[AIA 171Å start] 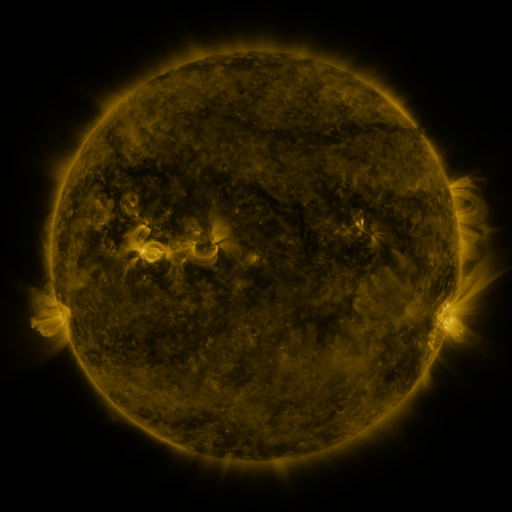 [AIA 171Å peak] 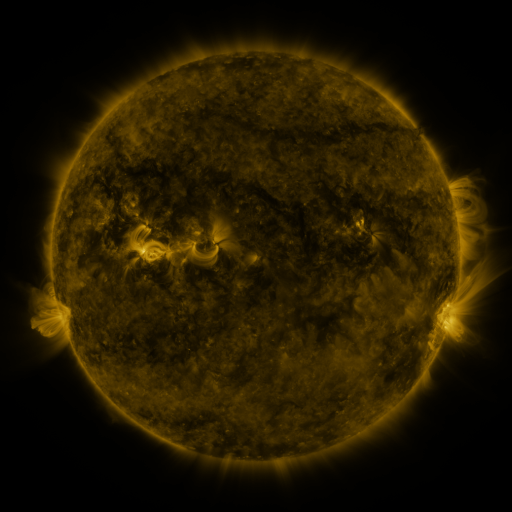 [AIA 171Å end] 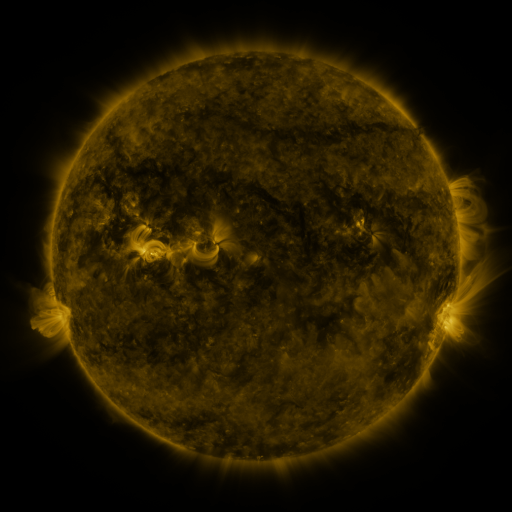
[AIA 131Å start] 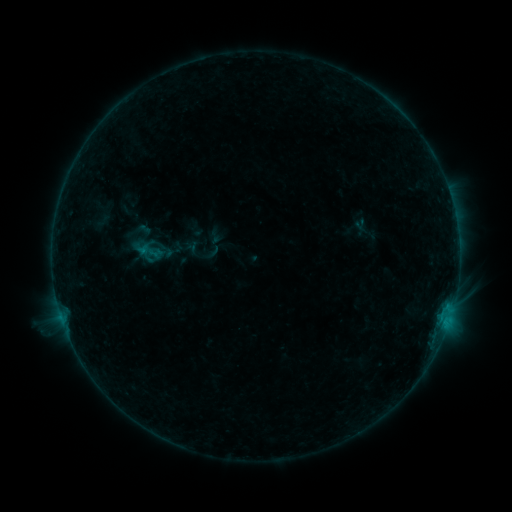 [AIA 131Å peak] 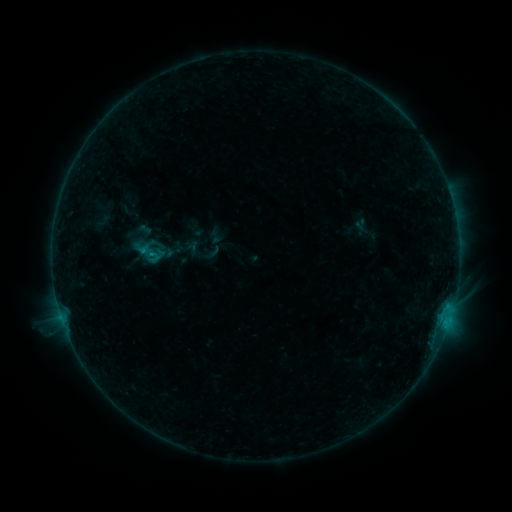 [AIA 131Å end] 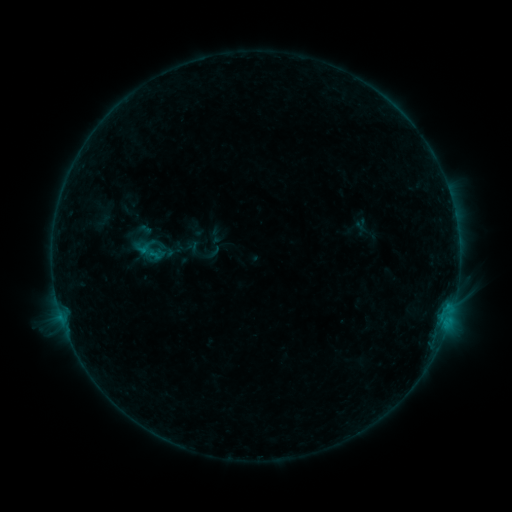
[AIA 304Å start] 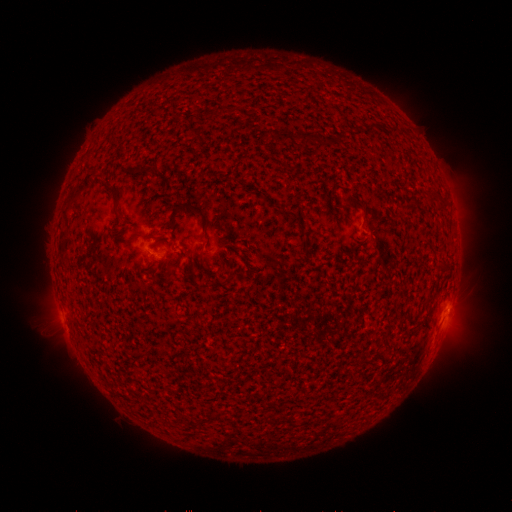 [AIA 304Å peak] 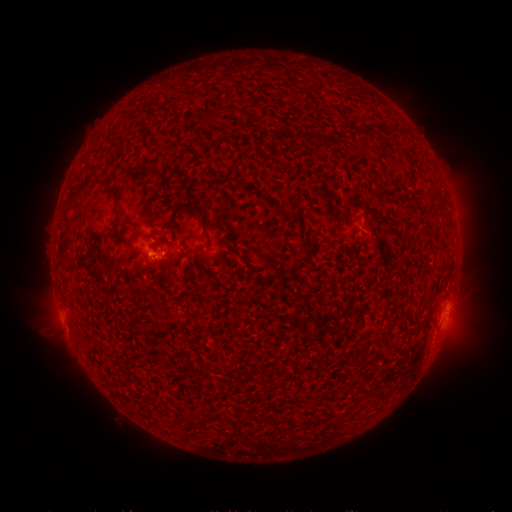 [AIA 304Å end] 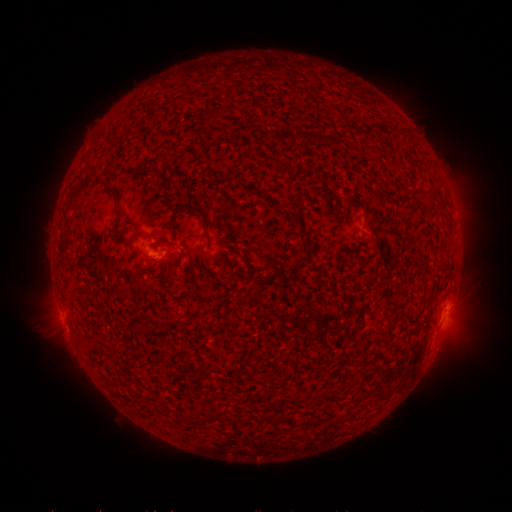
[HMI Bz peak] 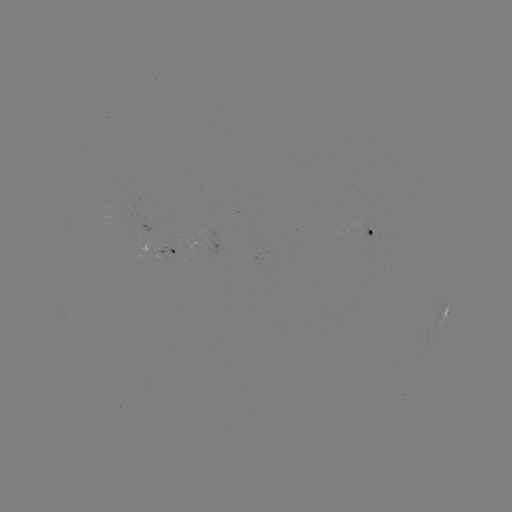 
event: flare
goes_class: B3.0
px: (154, 256)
